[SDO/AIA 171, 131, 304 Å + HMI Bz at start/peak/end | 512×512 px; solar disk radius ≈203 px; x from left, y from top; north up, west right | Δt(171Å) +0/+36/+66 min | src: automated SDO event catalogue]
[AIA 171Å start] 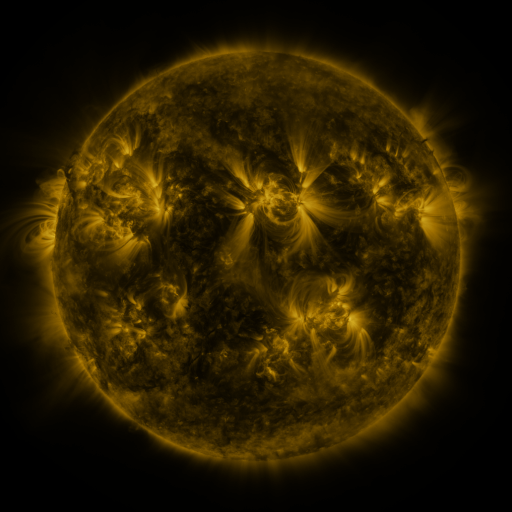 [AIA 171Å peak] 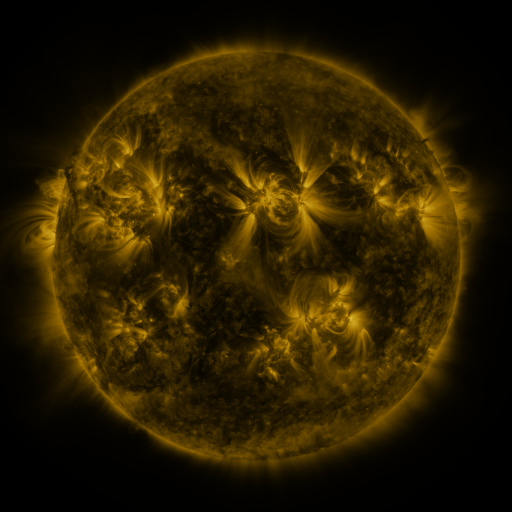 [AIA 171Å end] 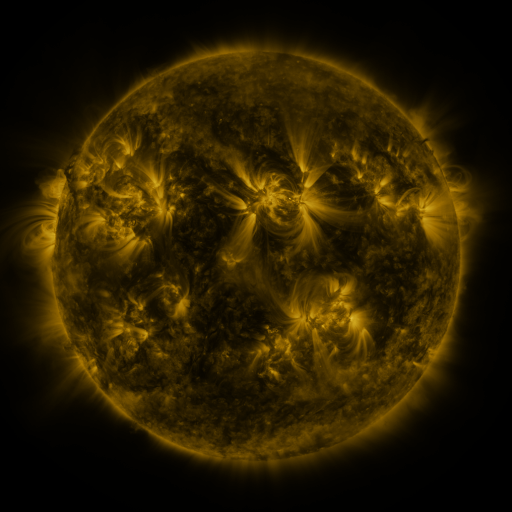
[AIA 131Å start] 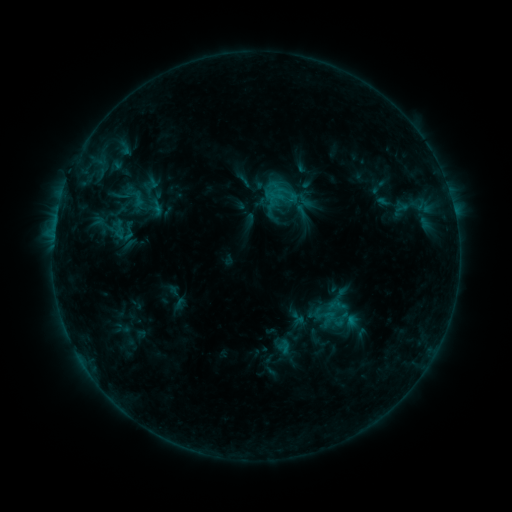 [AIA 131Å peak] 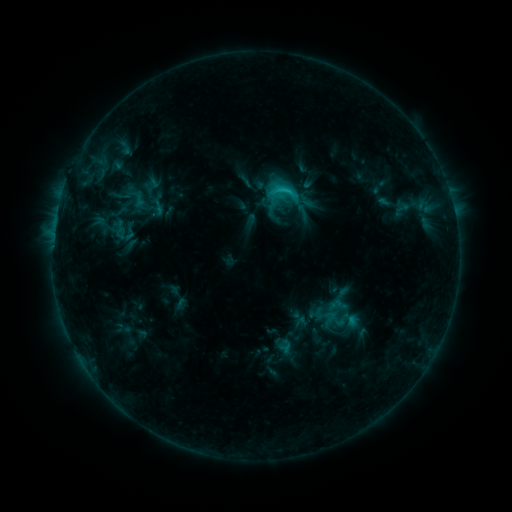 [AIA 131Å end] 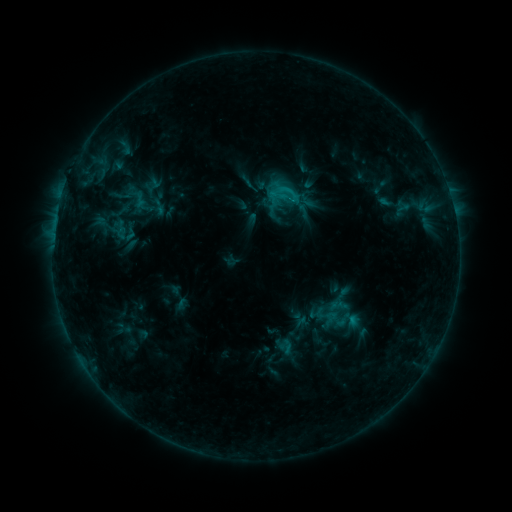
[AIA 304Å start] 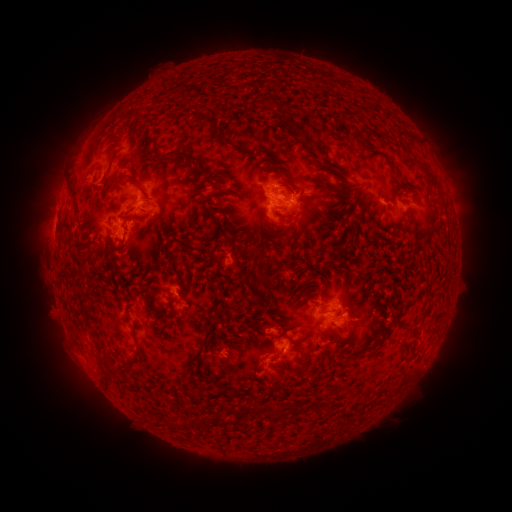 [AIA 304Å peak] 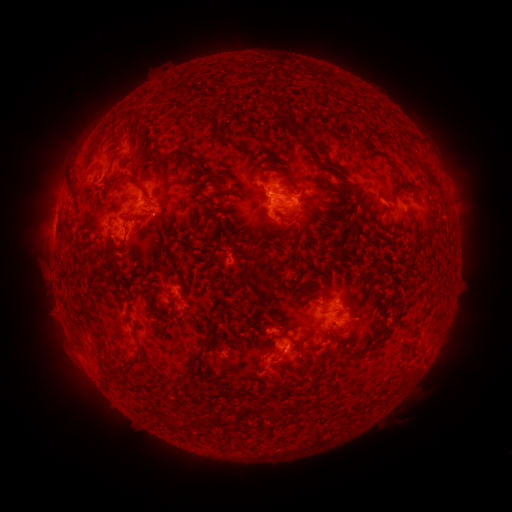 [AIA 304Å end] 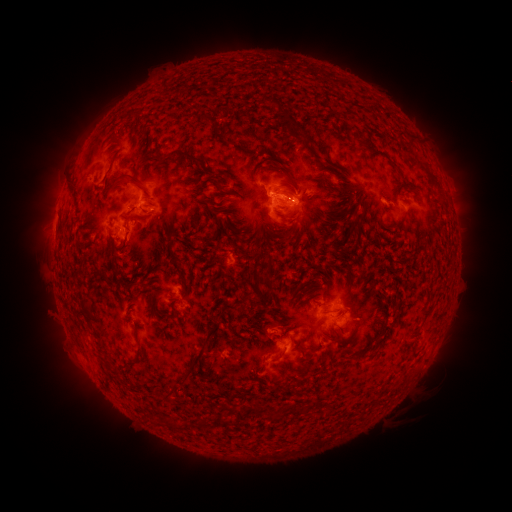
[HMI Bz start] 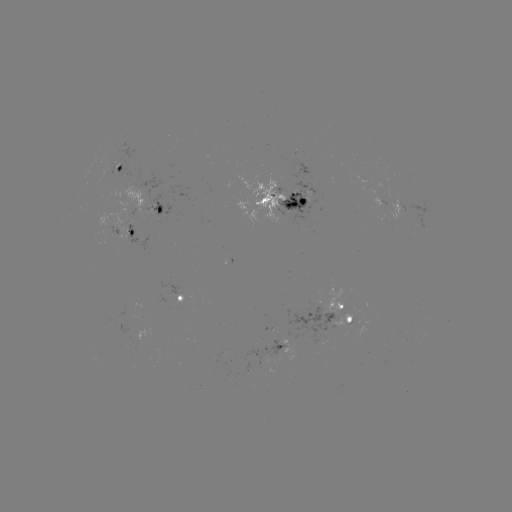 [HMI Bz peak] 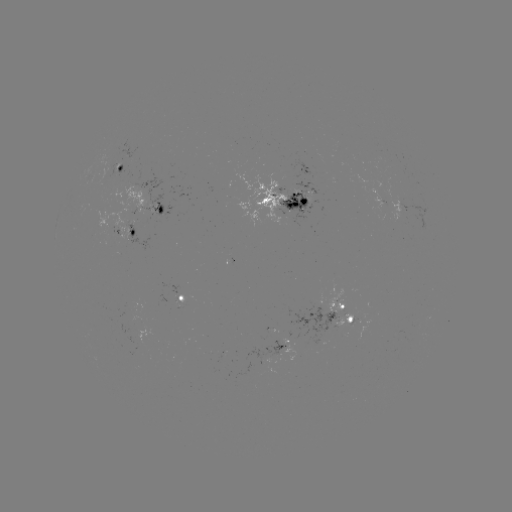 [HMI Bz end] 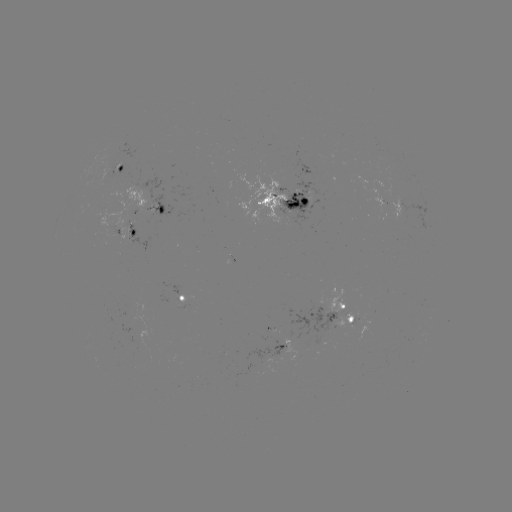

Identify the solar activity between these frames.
C1.9 flare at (285, 191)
